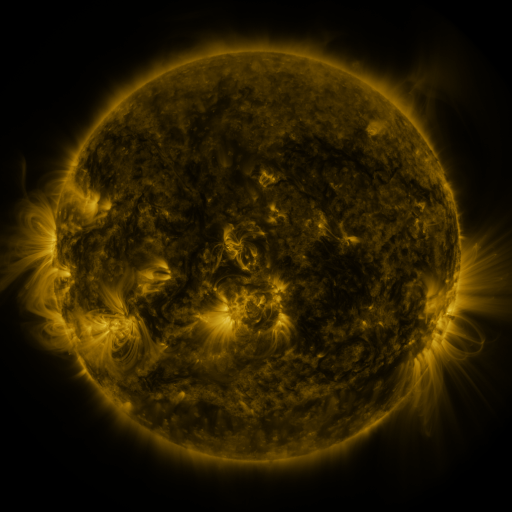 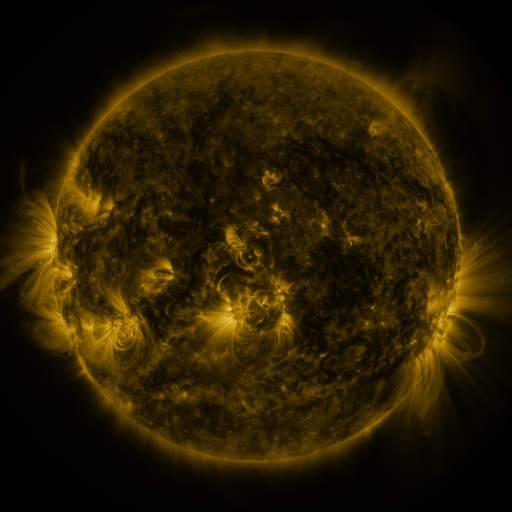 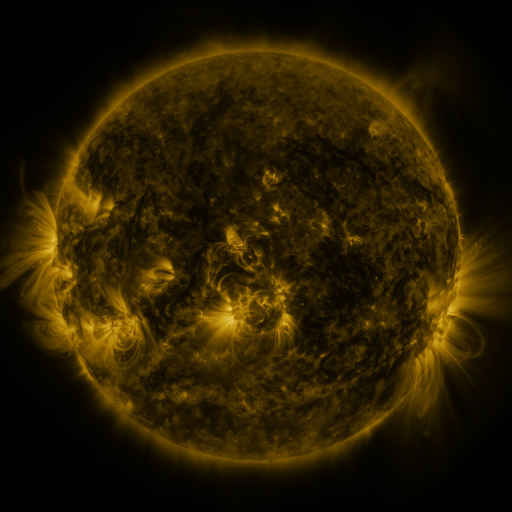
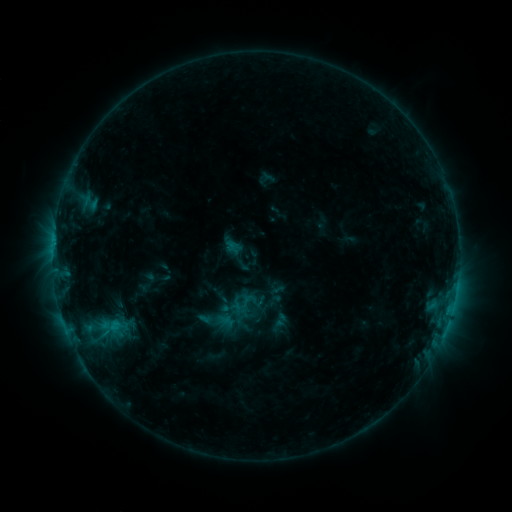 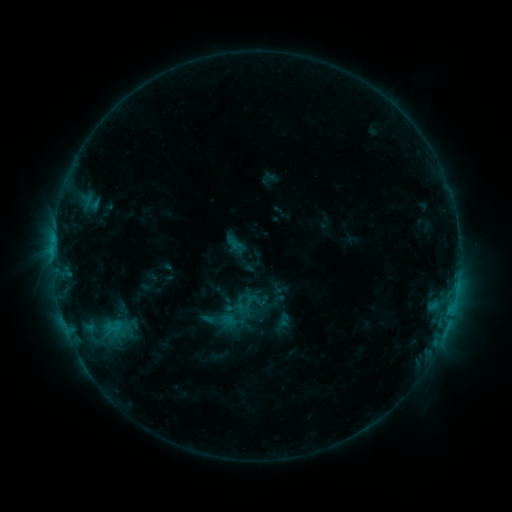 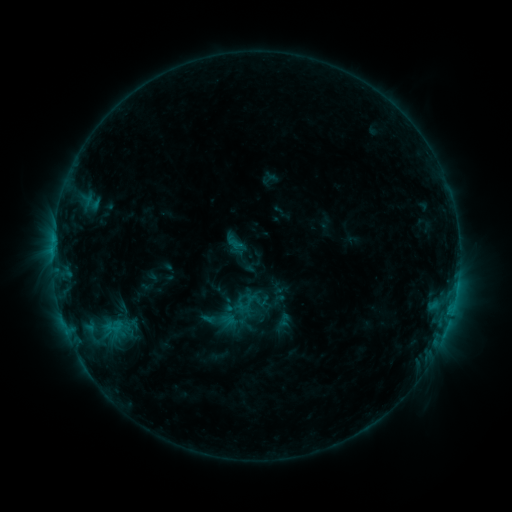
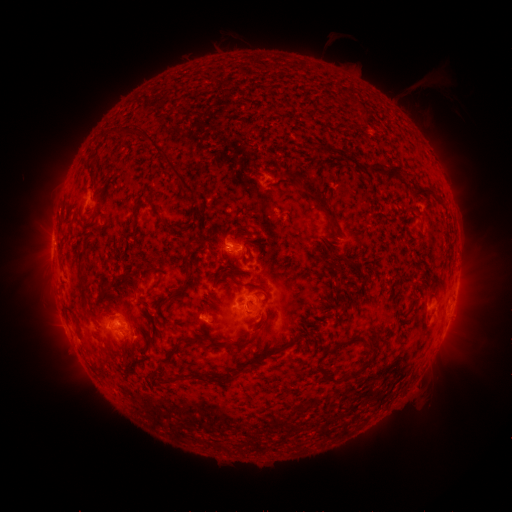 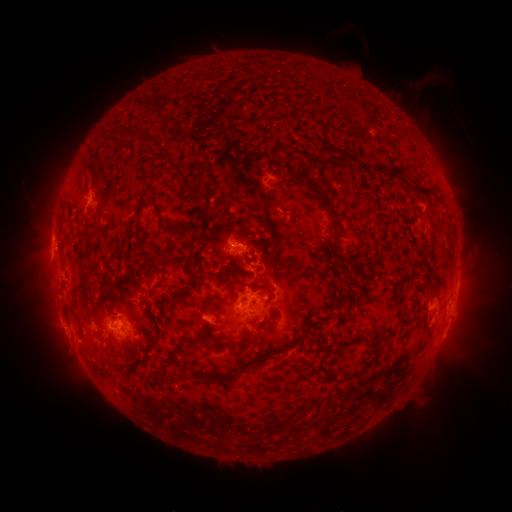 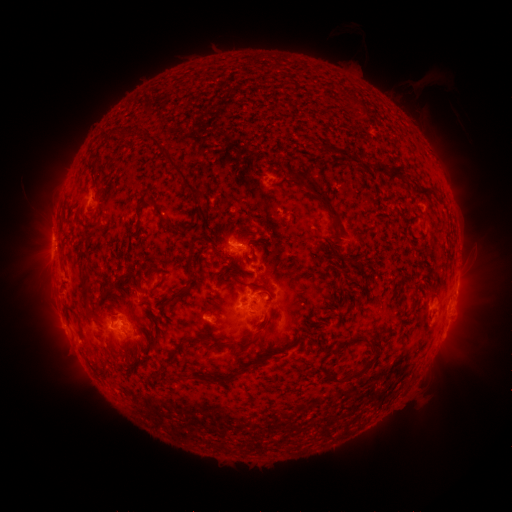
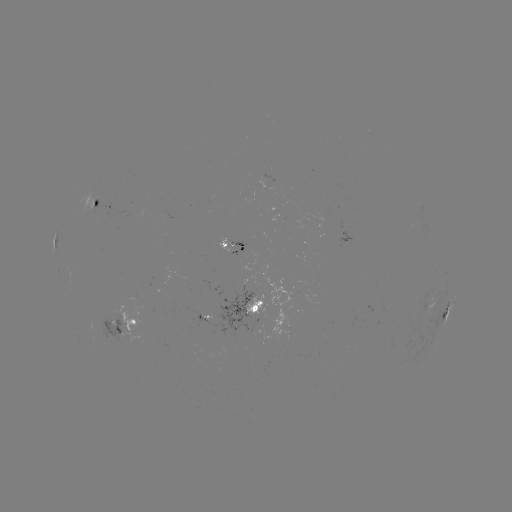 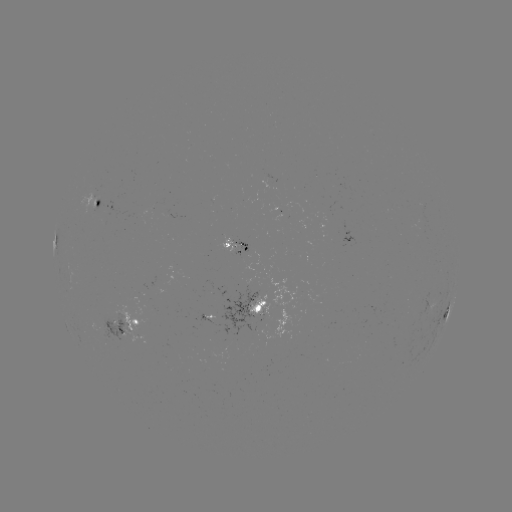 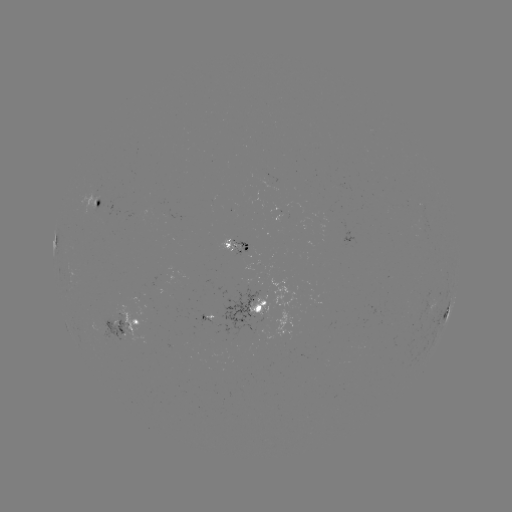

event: emerging-flux region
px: (230, 243)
